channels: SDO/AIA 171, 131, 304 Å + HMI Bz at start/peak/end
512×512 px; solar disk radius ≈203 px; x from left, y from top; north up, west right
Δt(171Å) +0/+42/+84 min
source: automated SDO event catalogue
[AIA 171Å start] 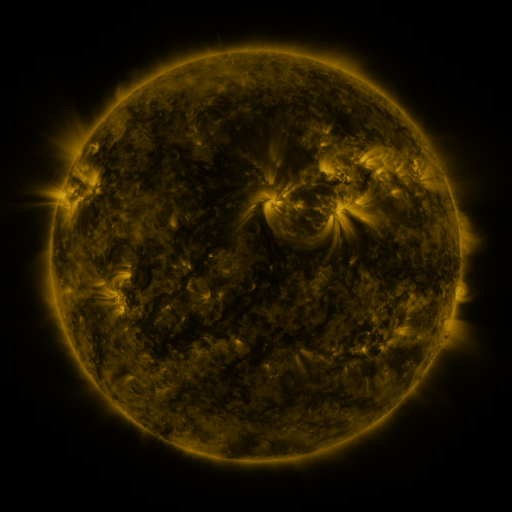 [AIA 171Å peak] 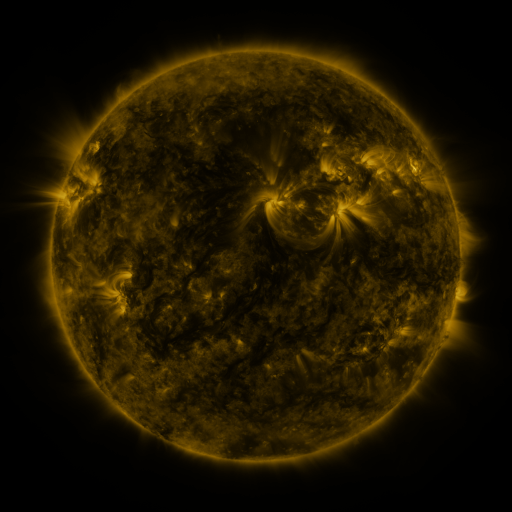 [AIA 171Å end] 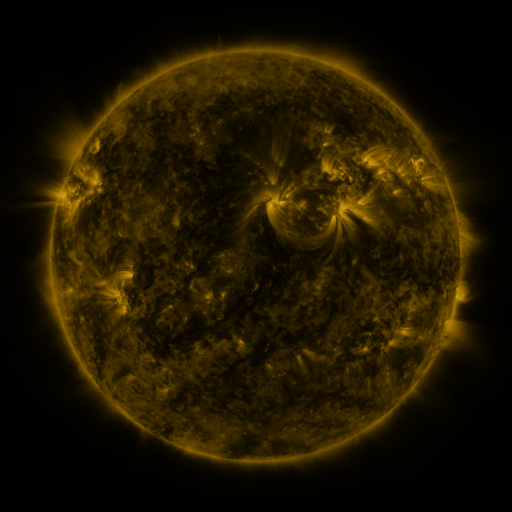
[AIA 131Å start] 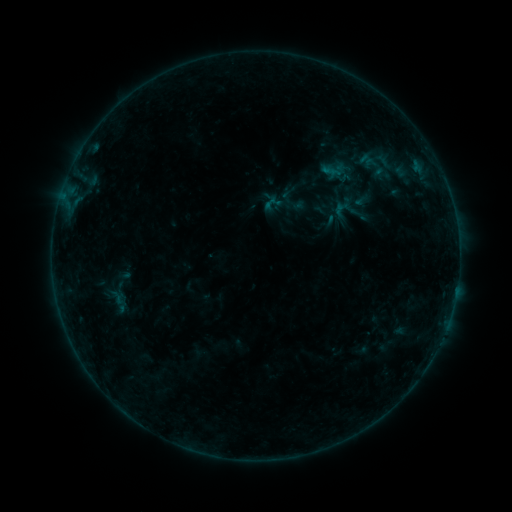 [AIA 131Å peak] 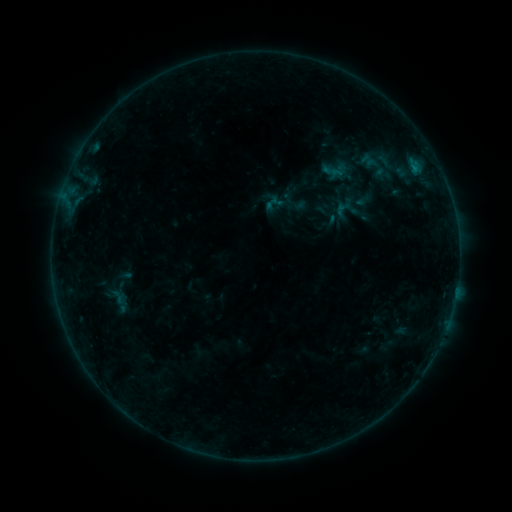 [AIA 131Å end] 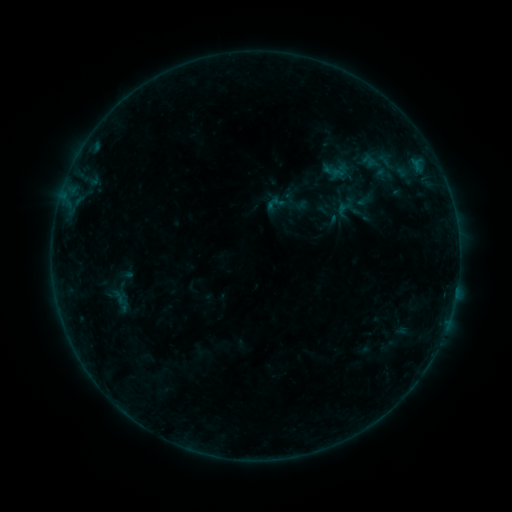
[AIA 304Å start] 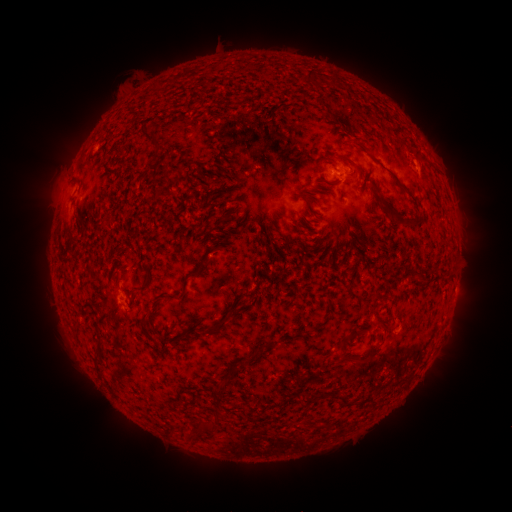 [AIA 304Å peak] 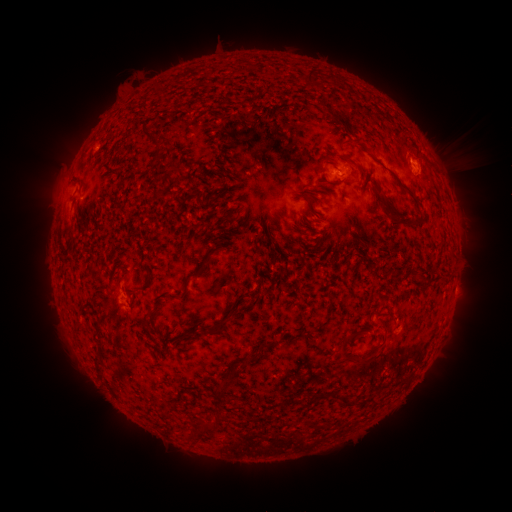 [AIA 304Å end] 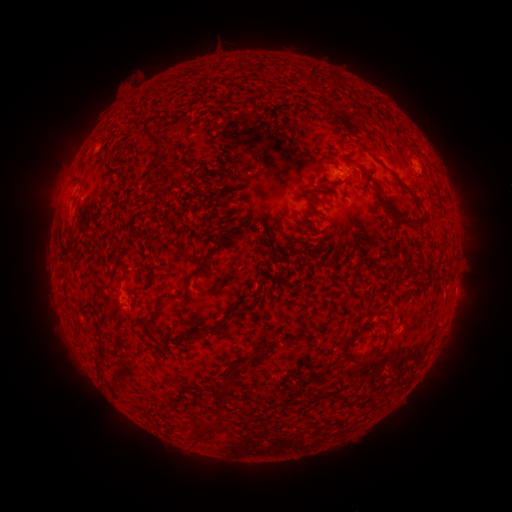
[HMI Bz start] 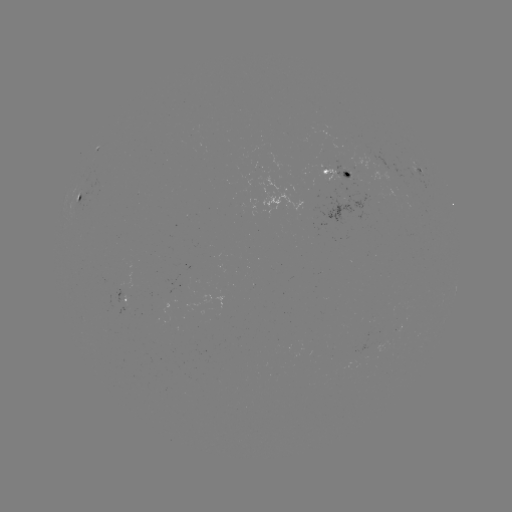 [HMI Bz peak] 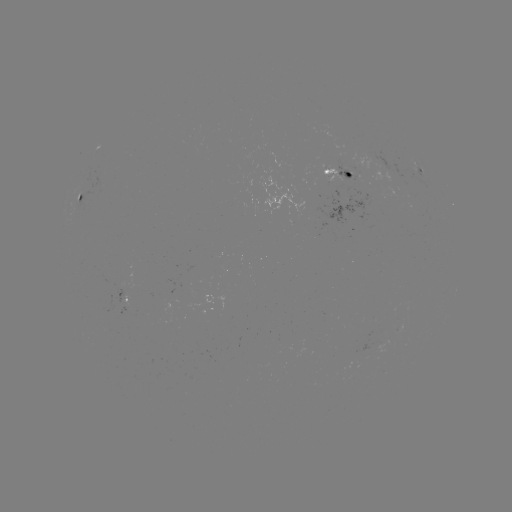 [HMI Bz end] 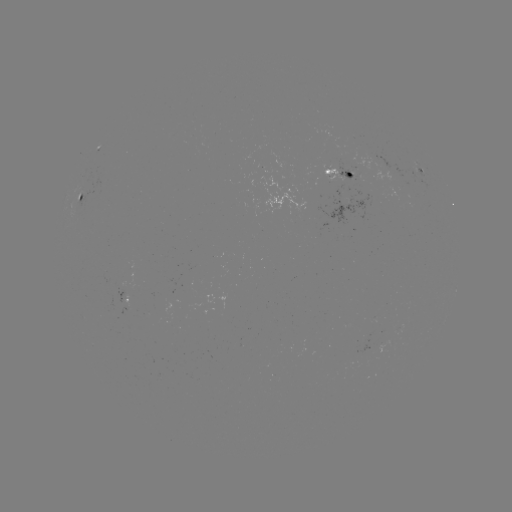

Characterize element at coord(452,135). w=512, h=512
filament eruption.